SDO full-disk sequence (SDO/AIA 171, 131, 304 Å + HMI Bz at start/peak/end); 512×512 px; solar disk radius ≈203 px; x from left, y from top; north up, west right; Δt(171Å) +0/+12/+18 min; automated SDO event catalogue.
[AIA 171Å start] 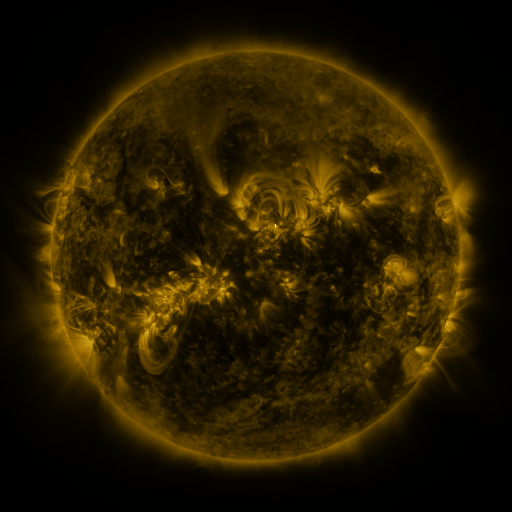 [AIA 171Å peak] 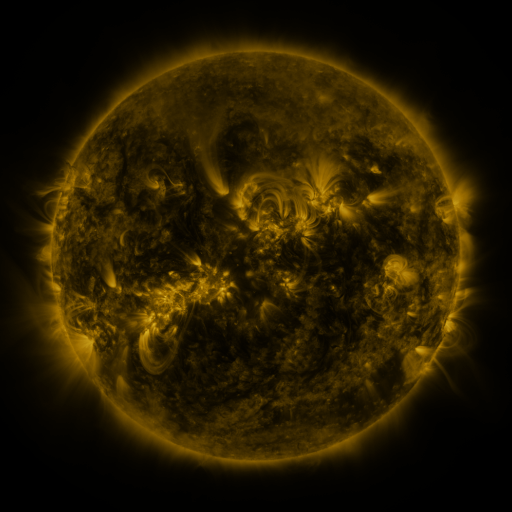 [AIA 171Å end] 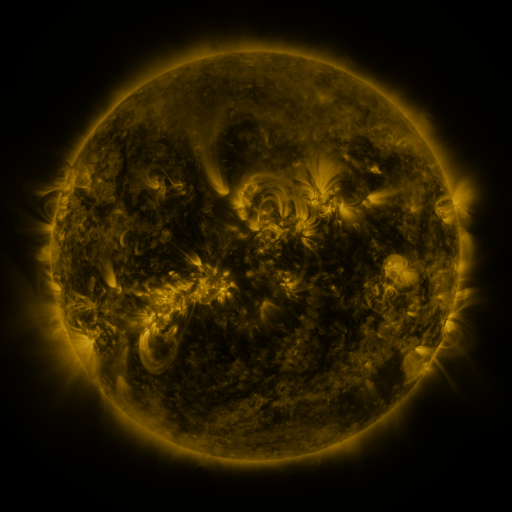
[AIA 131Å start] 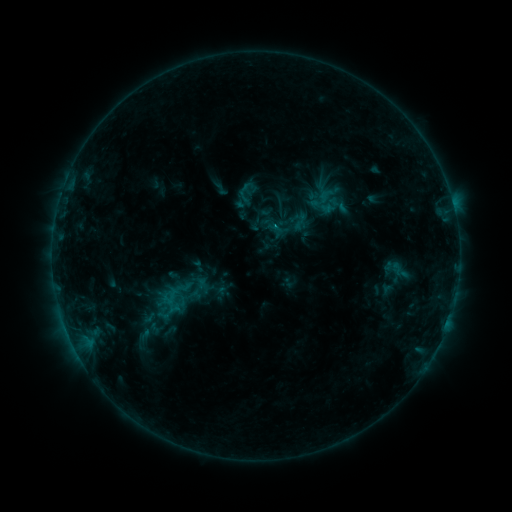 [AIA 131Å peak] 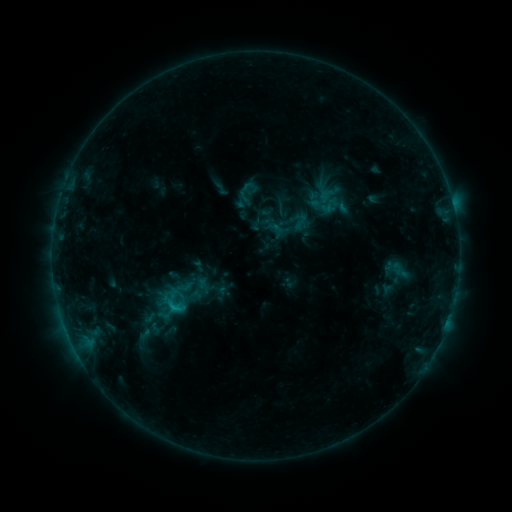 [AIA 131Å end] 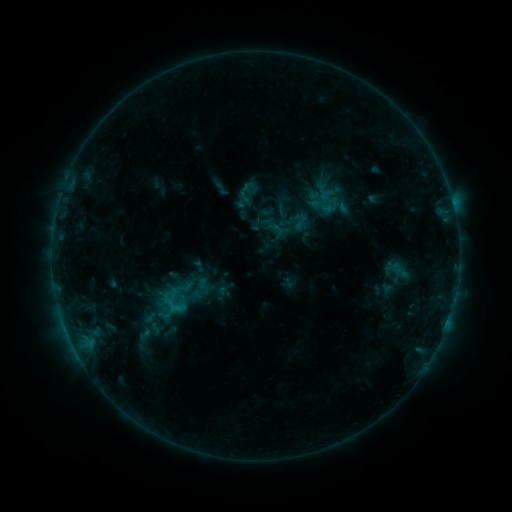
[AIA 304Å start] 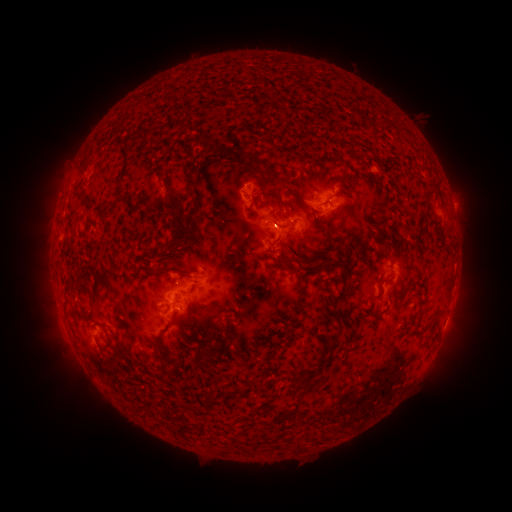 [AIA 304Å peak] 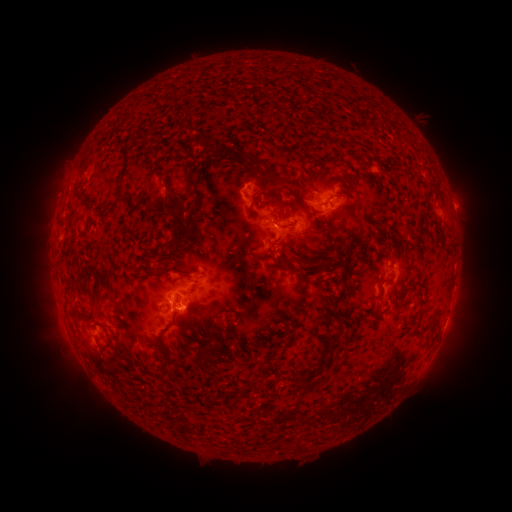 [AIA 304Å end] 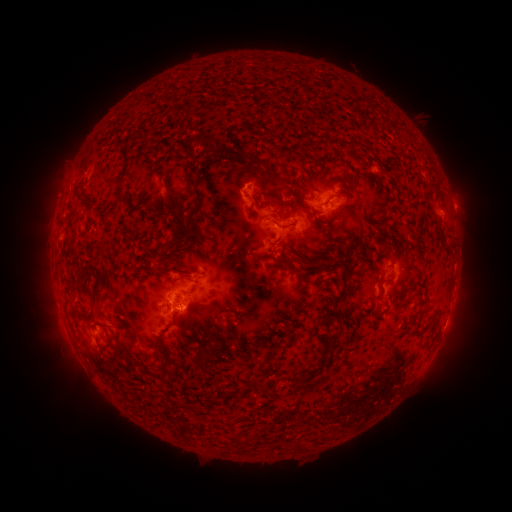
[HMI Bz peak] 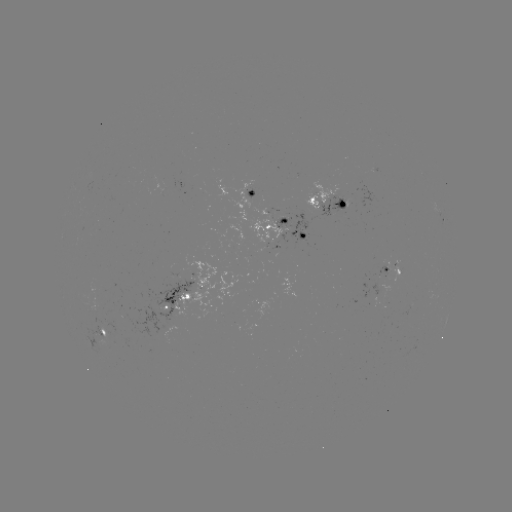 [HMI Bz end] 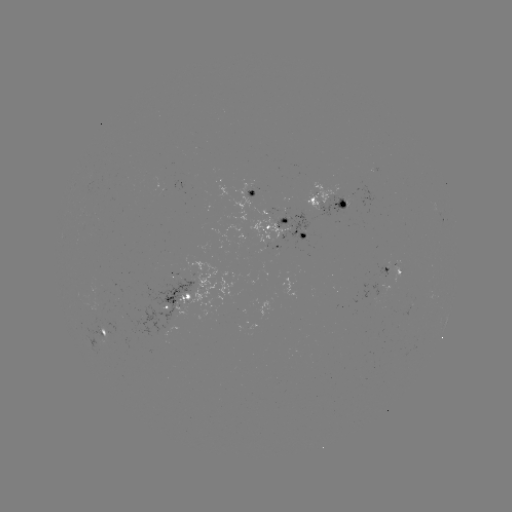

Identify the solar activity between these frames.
C1.0 flare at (173, 306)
